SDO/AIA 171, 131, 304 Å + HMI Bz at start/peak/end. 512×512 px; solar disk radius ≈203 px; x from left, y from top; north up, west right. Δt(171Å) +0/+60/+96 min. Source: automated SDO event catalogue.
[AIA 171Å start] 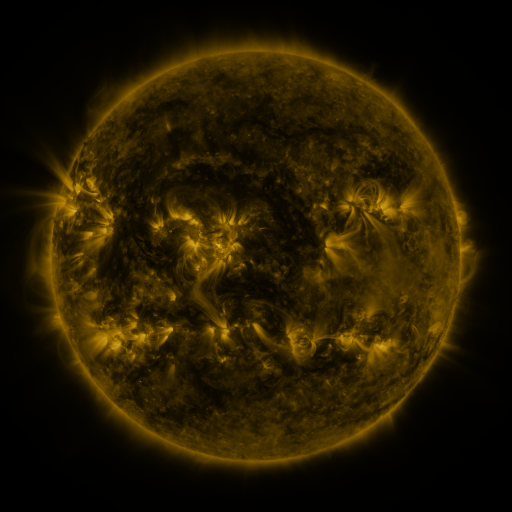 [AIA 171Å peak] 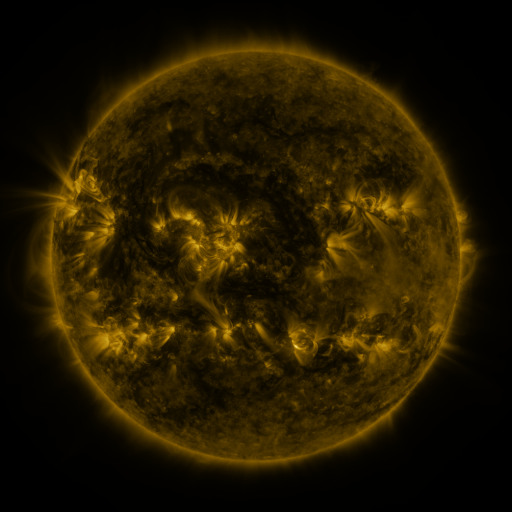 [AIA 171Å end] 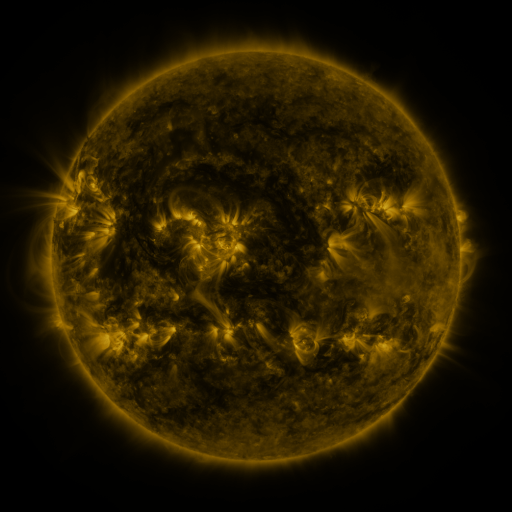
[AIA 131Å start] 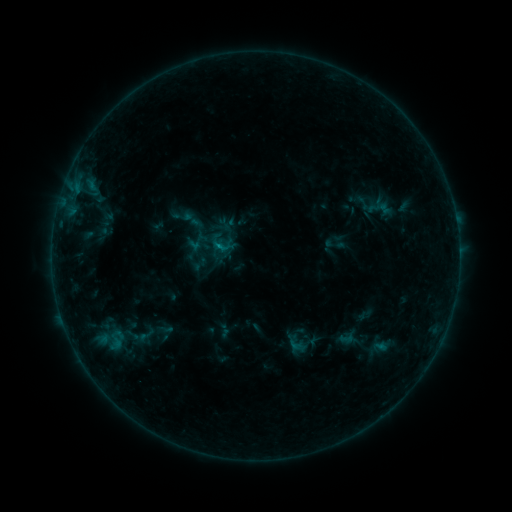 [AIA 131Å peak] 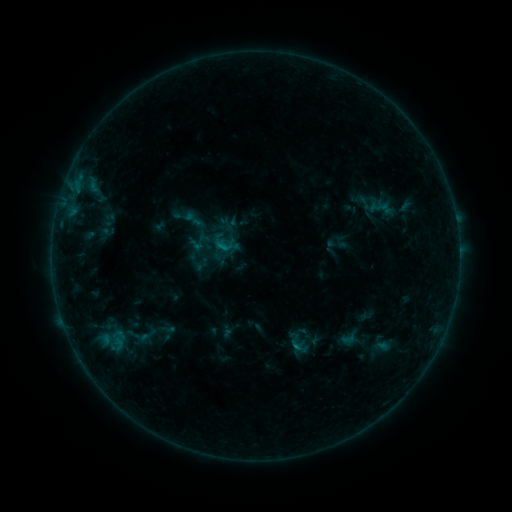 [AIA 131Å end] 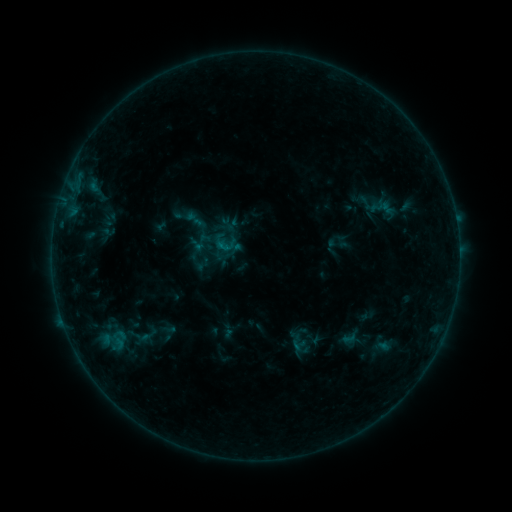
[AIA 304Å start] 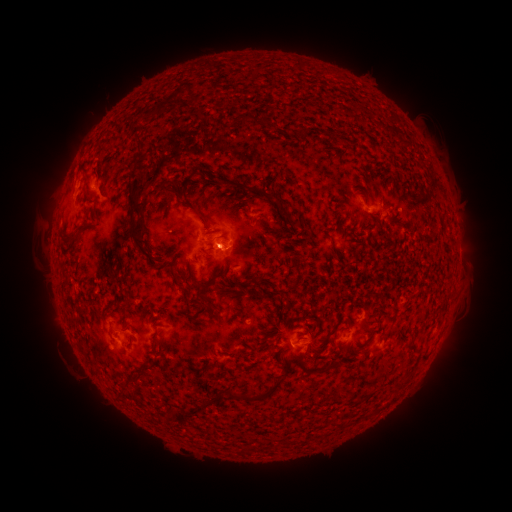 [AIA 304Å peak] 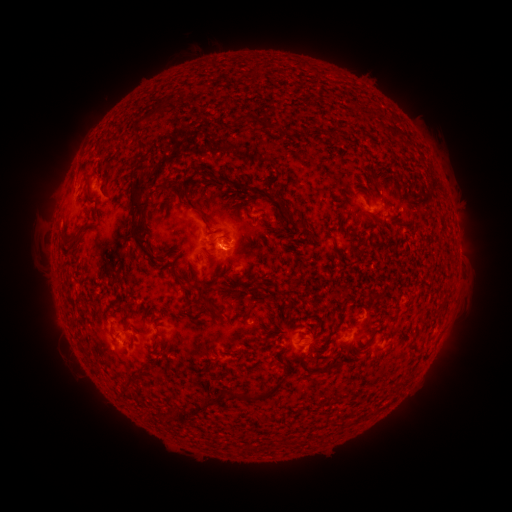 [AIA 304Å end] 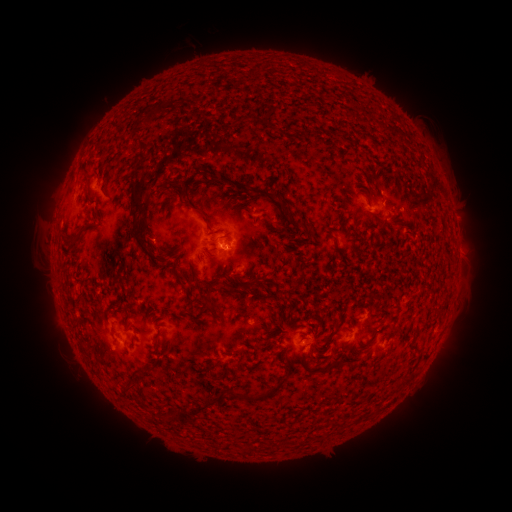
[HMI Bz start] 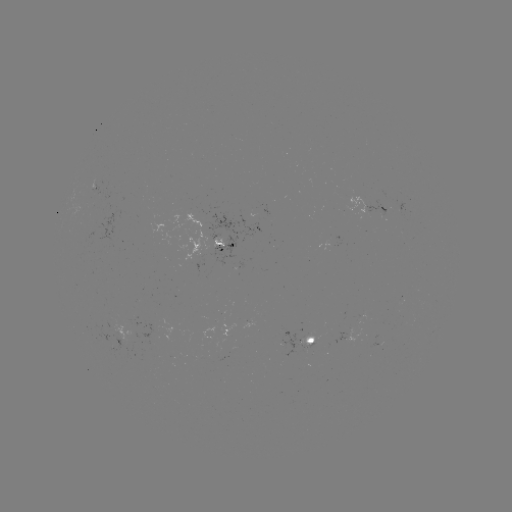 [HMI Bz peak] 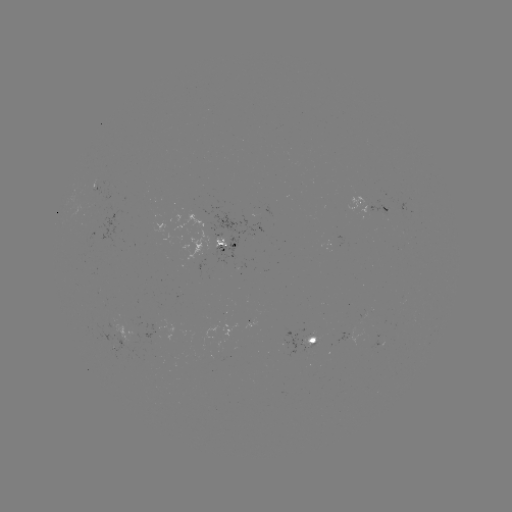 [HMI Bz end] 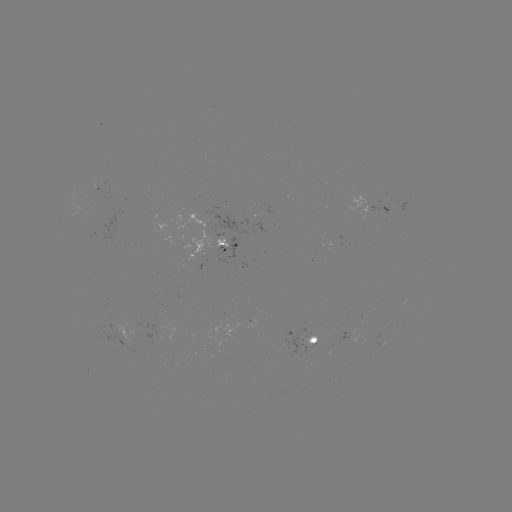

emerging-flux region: <bbox>346, 328, 361, 346</bbox>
